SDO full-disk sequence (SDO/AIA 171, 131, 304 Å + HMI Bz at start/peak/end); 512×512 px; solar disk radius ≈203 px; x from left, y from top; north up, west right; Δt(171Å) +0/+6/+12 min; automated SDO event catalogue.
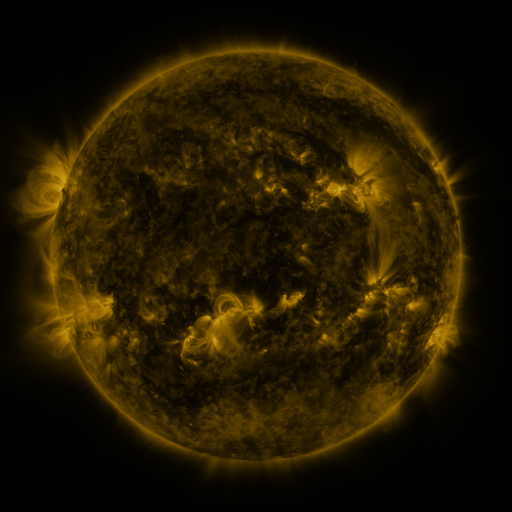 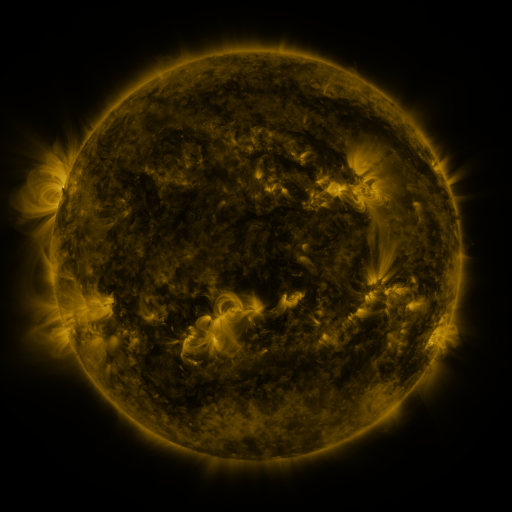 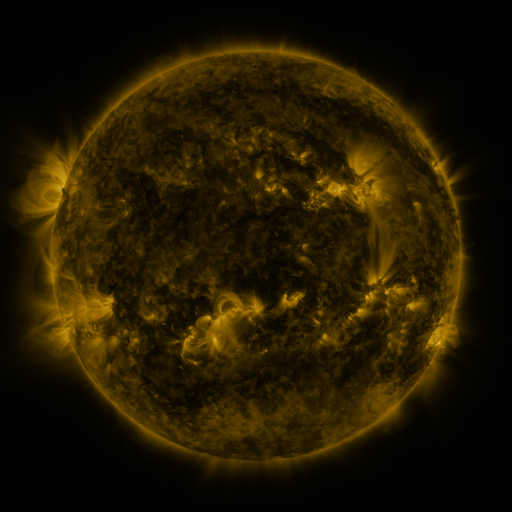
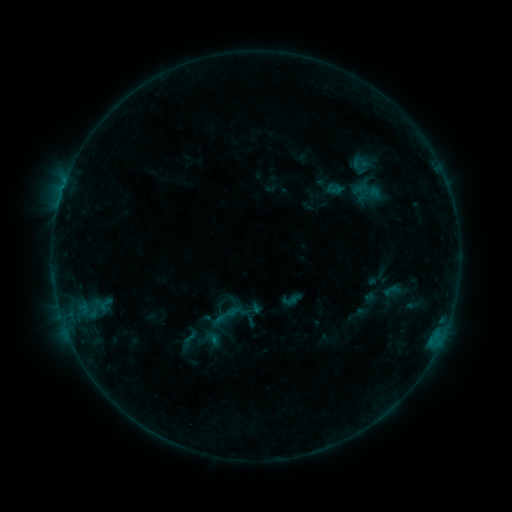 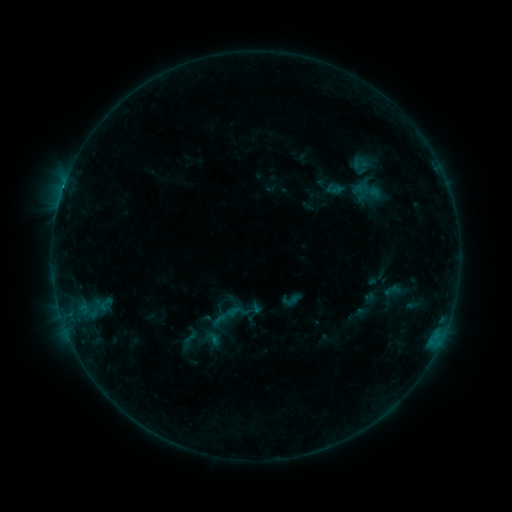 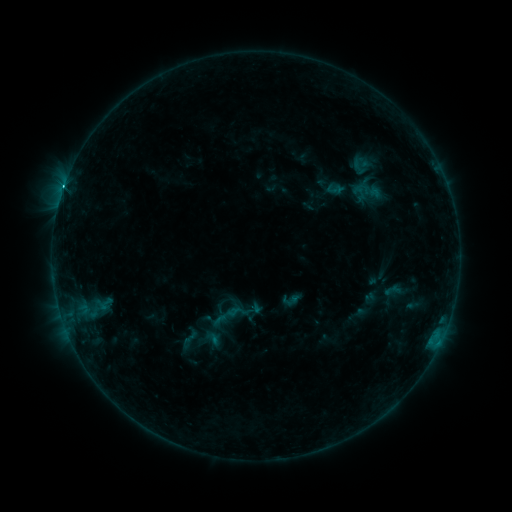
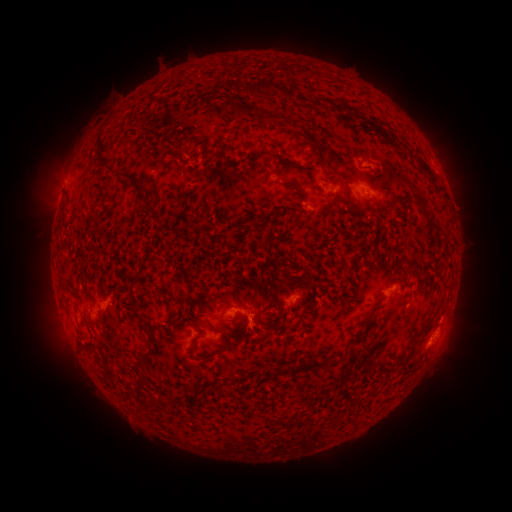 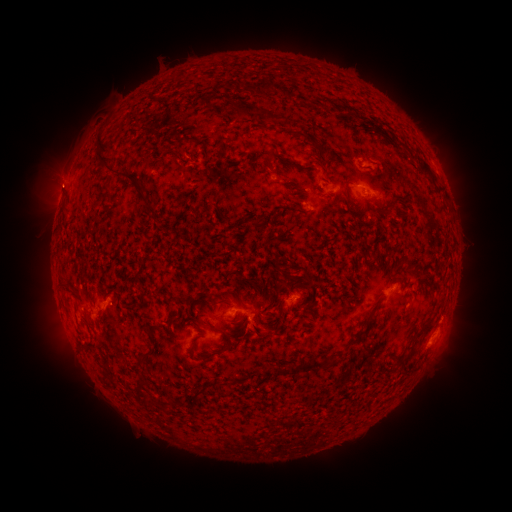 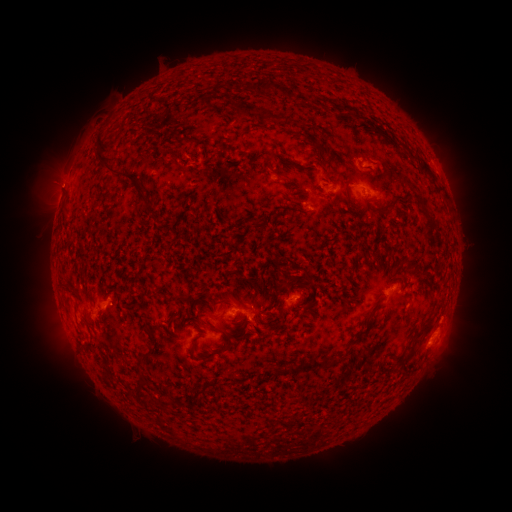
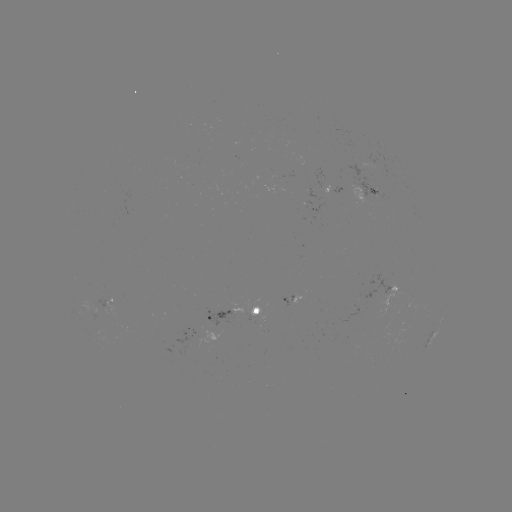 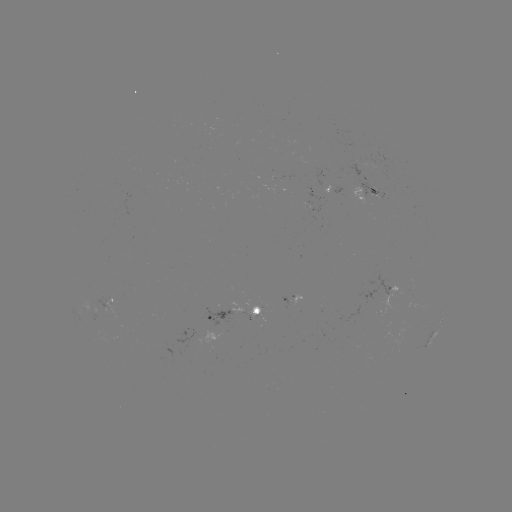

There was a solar flare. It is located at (430, 341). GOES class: C1.1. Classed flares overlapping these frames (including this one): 1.